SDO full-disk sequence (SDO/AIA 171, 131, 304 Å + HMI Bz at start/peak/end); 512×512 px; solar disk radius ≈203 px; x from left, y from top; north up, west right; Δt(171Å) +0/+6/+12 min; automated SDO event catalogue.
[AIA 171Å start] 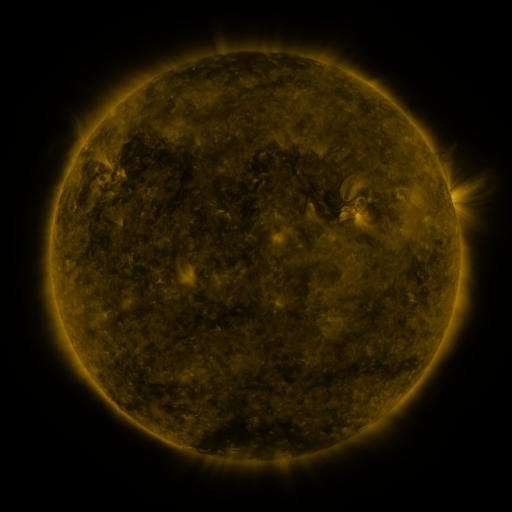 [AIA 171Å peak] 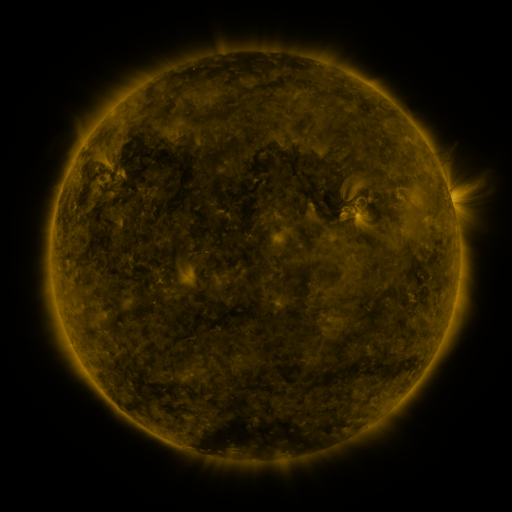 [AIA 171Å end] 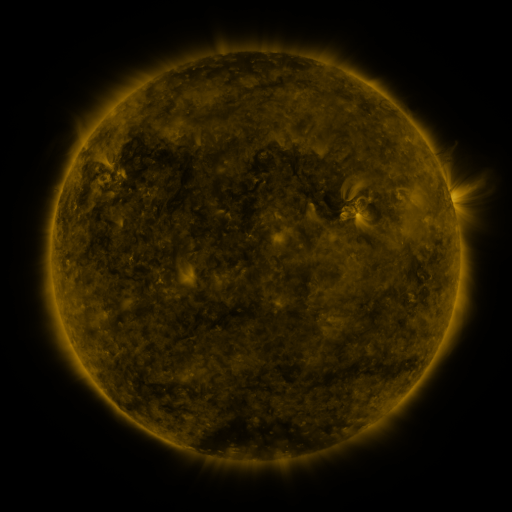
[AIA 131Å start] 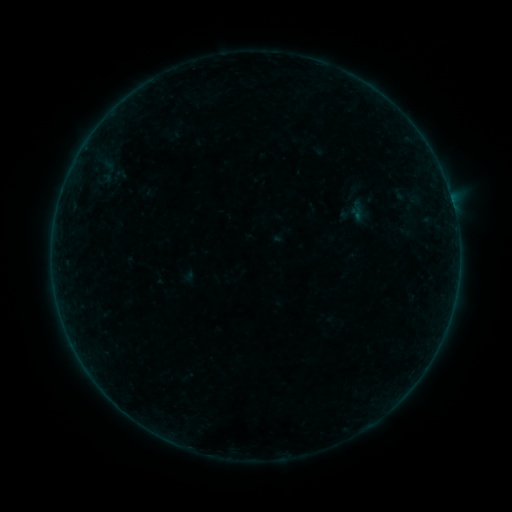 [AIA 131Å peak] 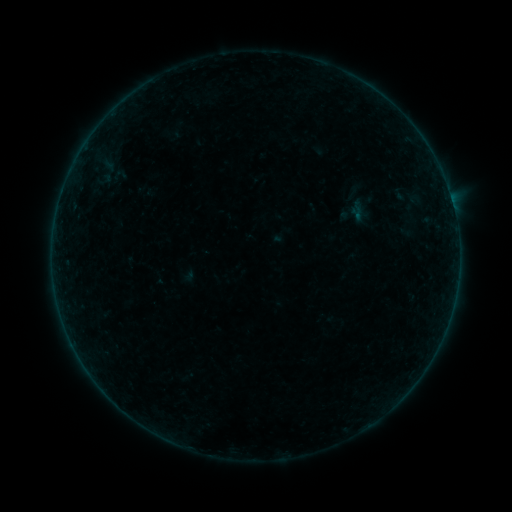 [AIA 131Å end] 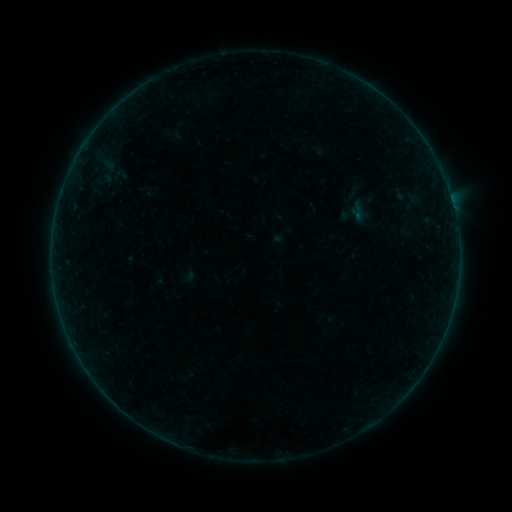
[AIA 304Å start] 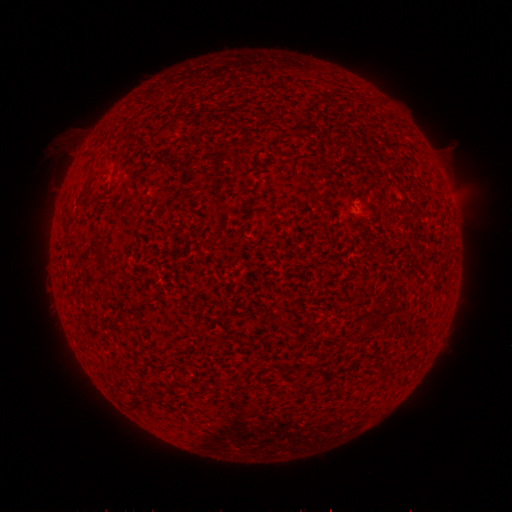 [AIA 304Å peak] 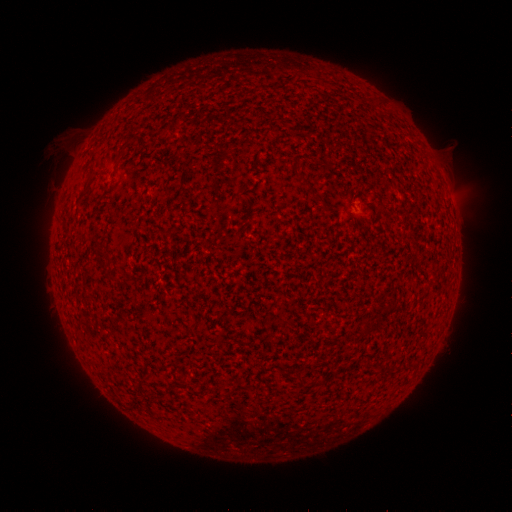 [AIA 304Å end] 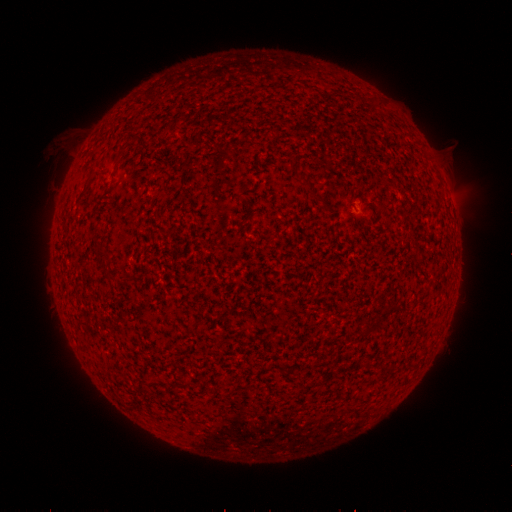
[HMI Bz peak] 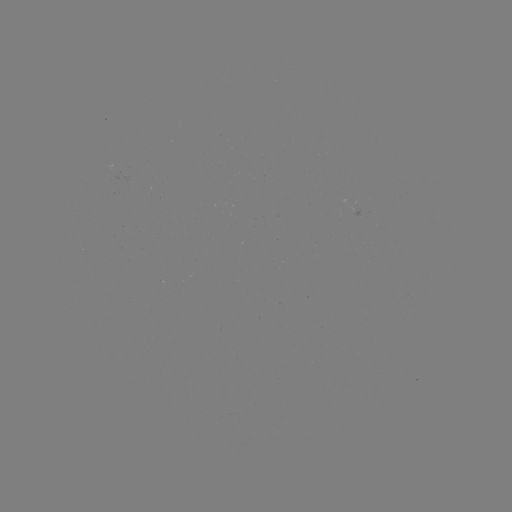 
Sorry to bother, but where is B2.4 flare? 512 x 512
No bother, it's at (354, 215).